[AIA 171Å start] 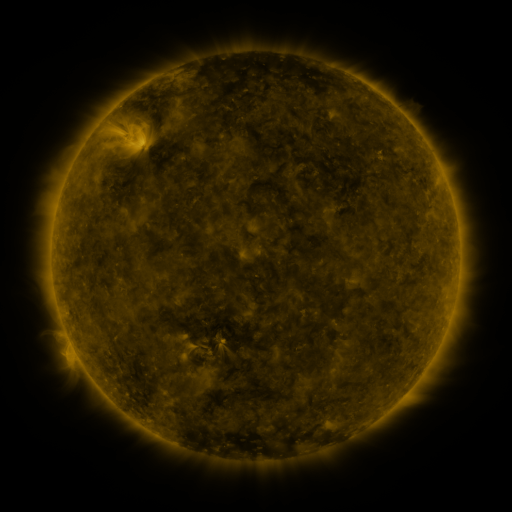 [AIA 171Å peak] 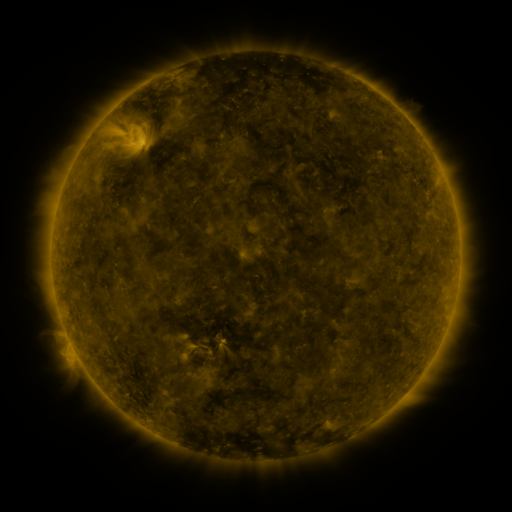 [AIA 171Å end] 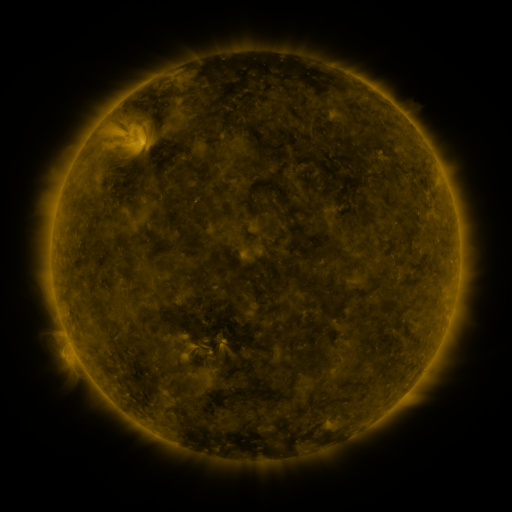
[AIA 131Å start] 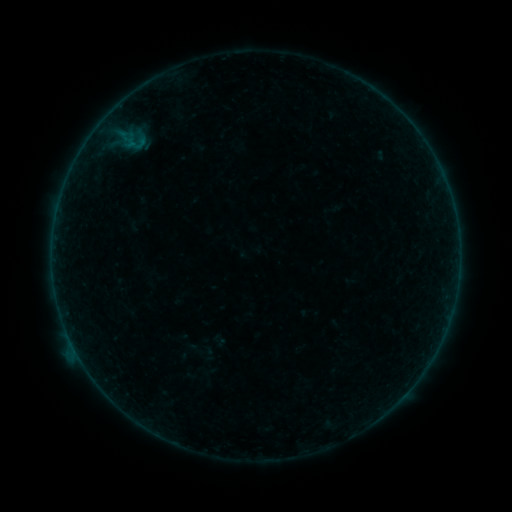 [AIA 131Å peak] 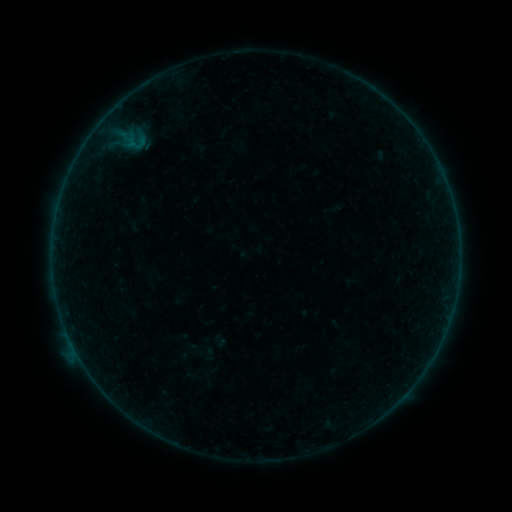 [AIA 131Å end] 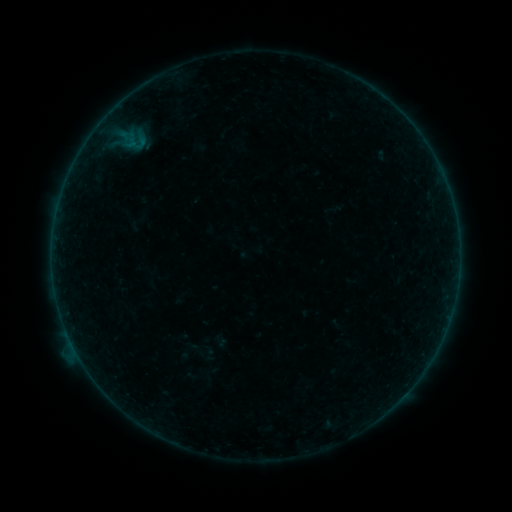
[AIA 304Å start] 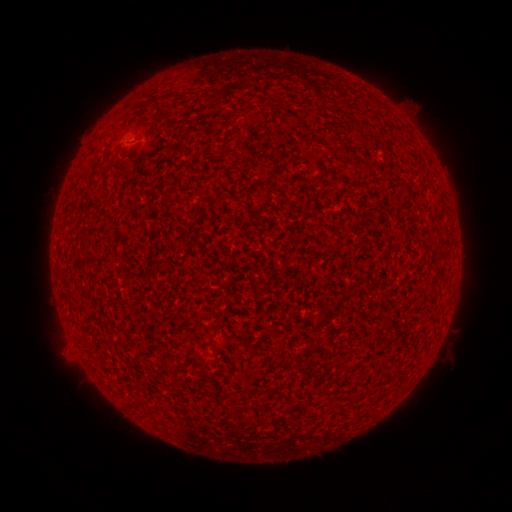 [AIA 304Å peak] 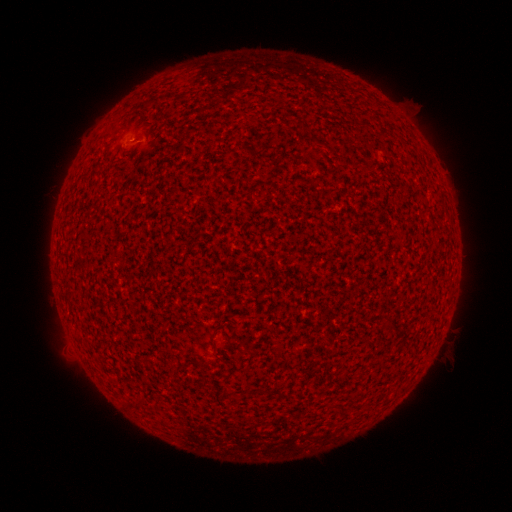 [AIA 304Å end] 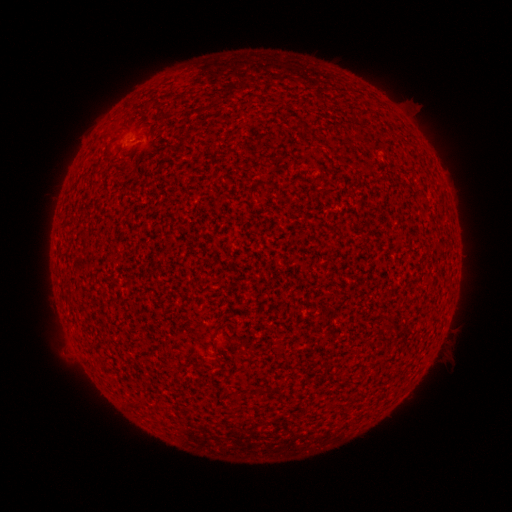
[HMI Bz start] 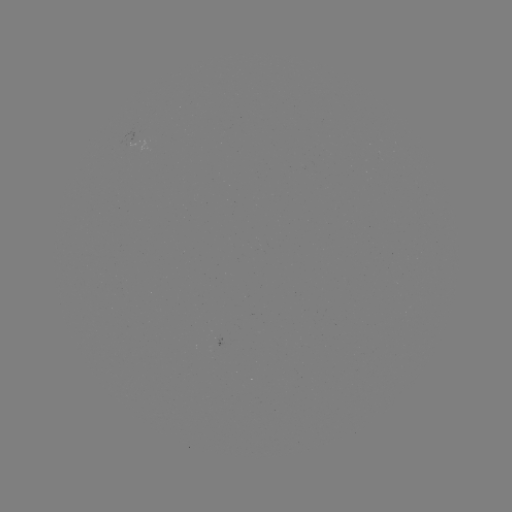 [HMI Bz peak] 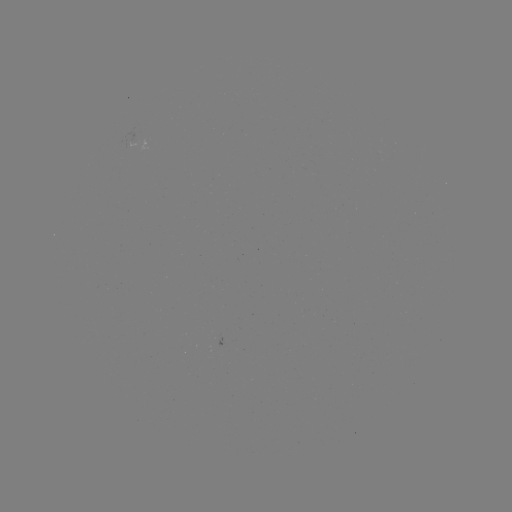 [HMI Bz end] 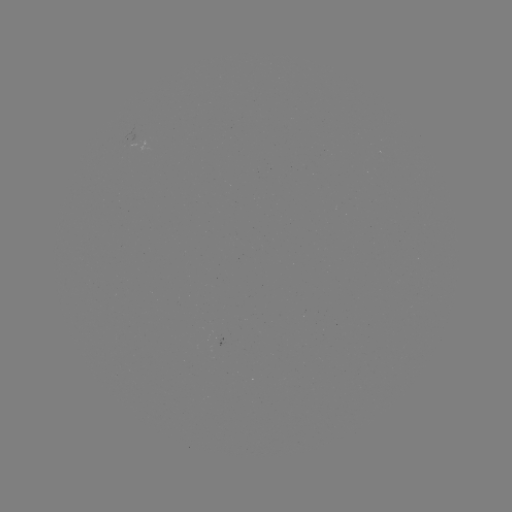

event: flare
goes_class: A8.3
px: (134, 140)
